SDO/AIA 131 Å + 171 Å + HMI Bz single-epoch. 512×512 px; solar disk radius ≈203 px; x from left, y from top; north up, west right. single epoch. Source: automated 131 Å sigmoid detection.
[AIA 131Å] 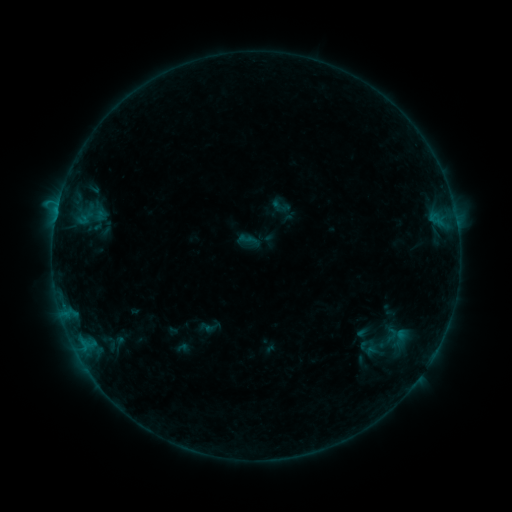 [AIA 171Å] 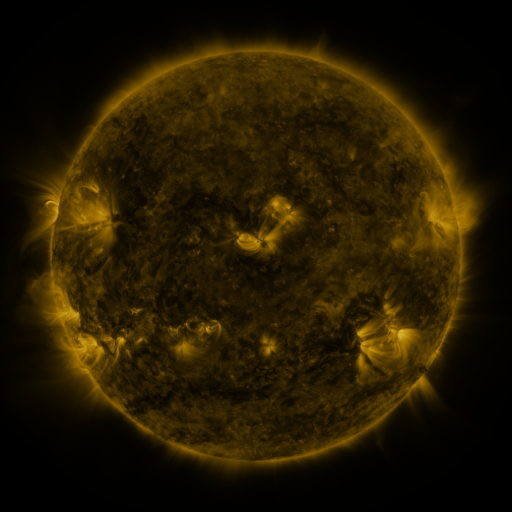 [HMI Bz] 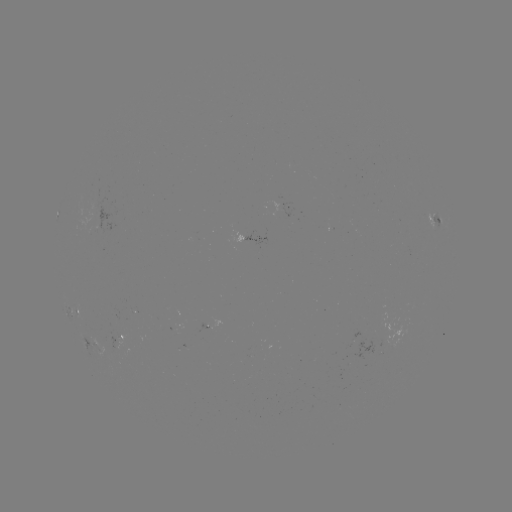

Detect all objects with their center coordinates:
sigmoid: (269, 195, 293, 217)
